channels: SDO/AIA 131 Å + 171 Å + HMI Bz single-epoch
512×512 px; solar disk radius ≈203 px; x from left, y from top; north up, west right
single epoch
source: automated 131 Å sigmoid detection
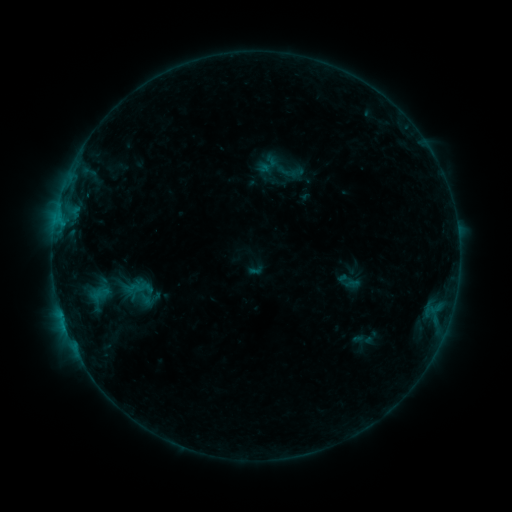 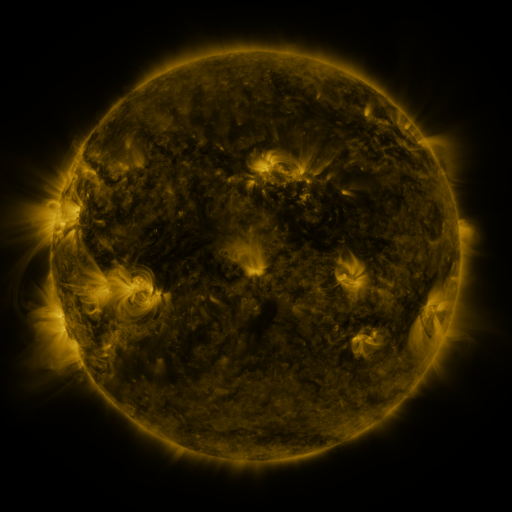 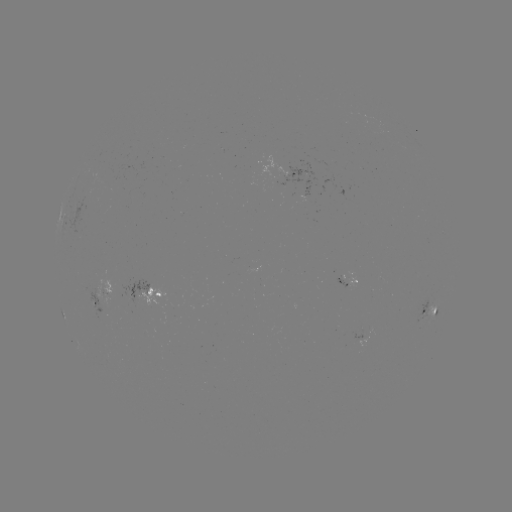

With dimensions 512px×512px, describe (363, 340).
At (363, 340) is sigmoid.